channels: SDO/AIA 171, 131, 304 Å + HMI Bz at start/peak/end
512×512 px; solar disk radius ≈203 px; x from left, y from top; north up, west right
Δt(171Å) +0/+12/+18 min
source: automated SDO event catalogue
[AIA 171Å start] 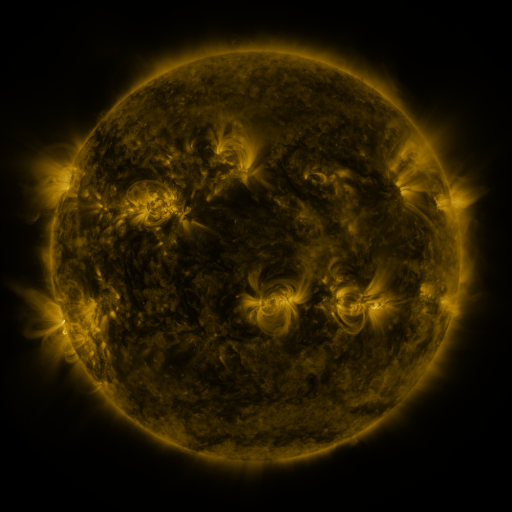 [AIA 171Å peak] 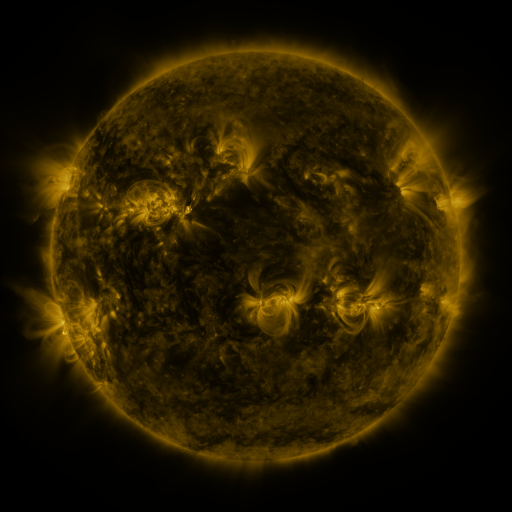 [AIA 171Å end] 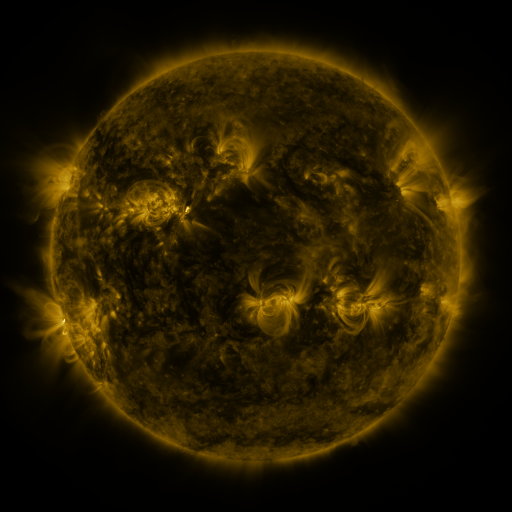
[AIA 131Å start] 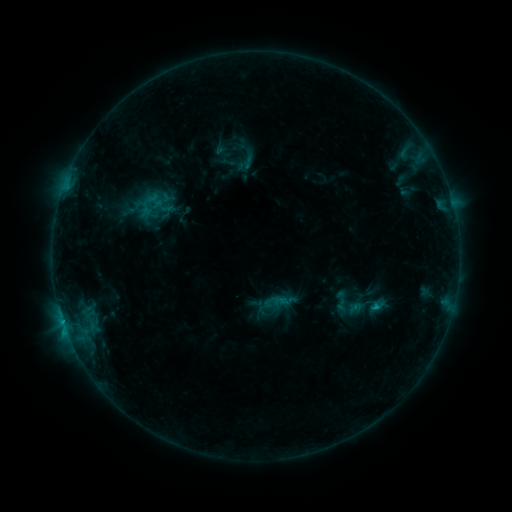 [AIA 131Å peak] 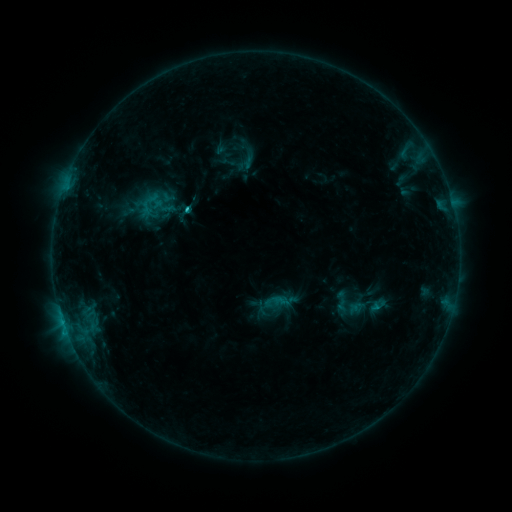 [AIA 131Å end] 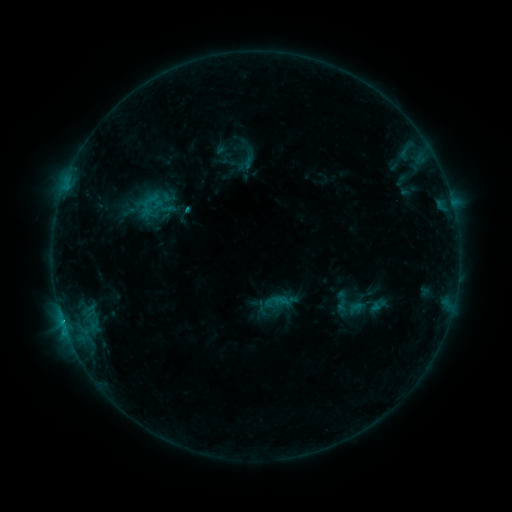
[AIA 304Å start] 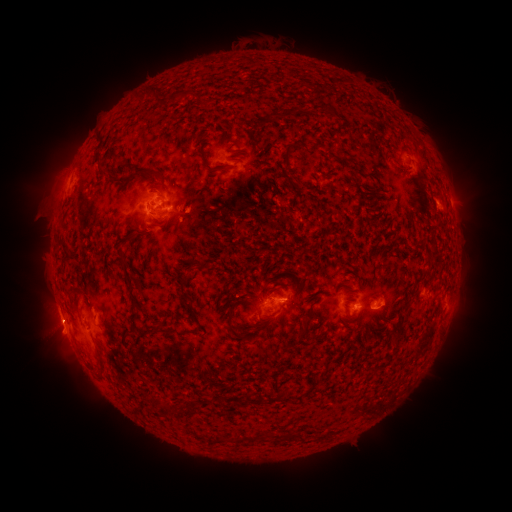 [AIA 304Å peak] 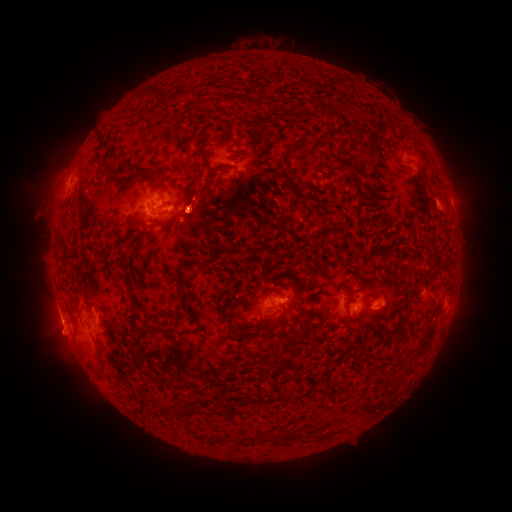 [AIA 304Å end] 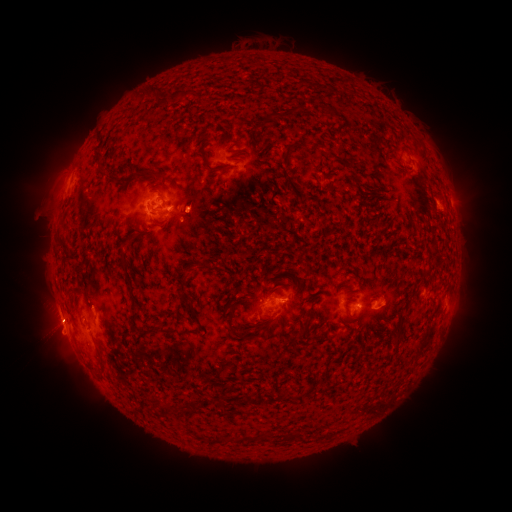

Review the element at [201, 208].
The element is eruption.